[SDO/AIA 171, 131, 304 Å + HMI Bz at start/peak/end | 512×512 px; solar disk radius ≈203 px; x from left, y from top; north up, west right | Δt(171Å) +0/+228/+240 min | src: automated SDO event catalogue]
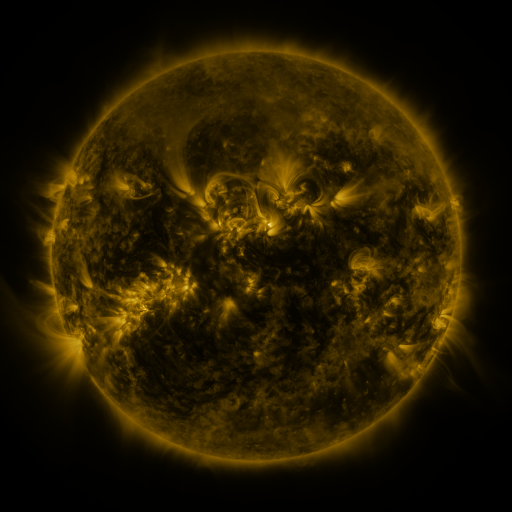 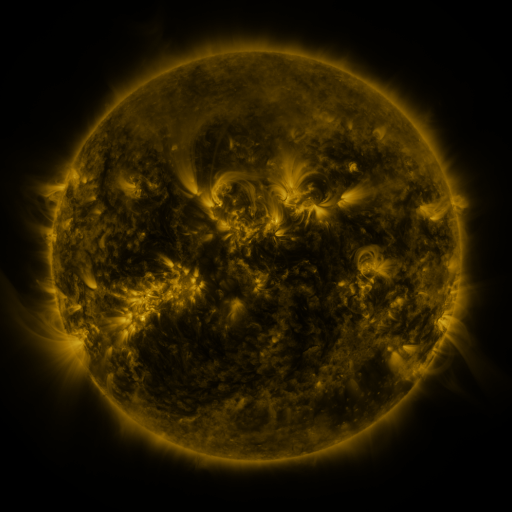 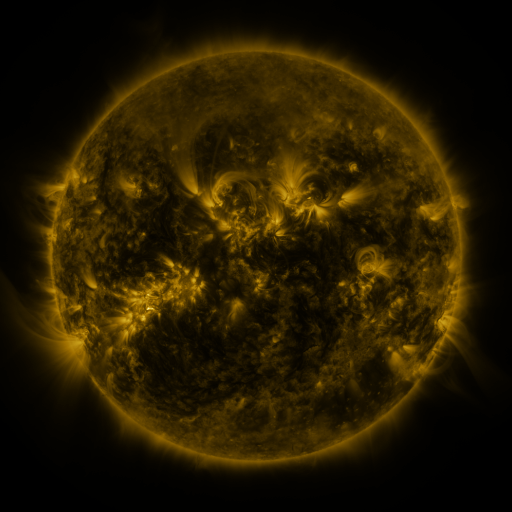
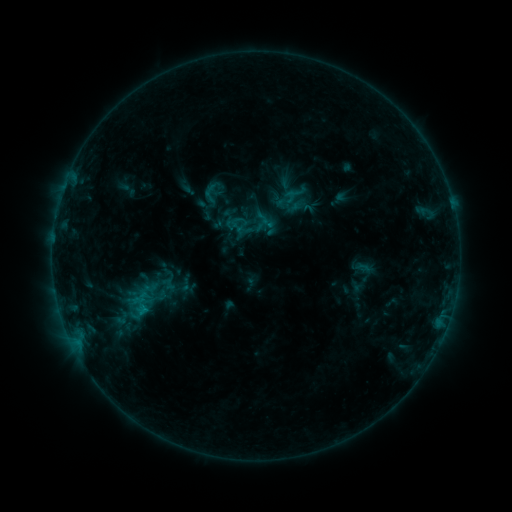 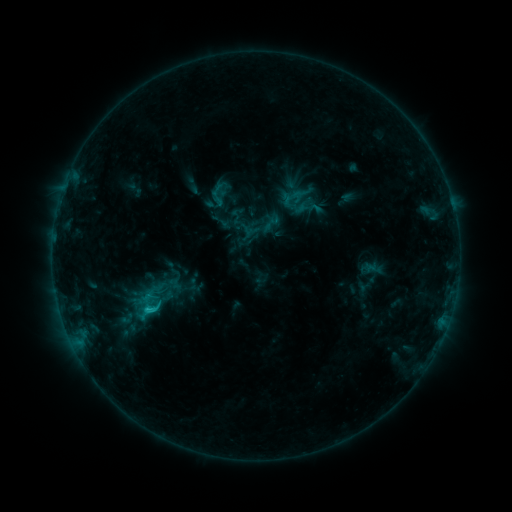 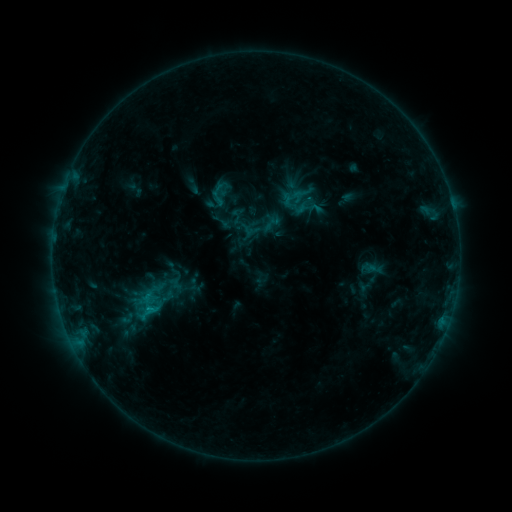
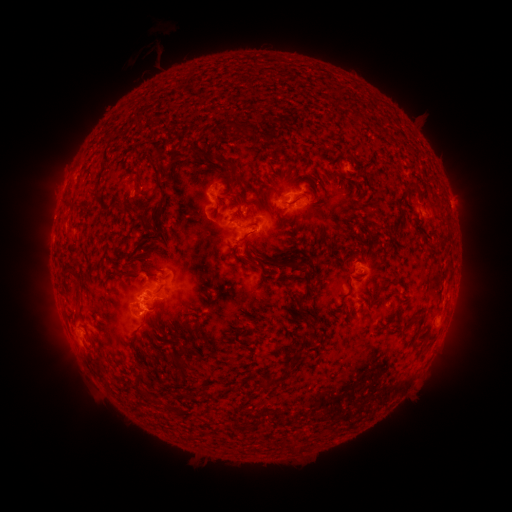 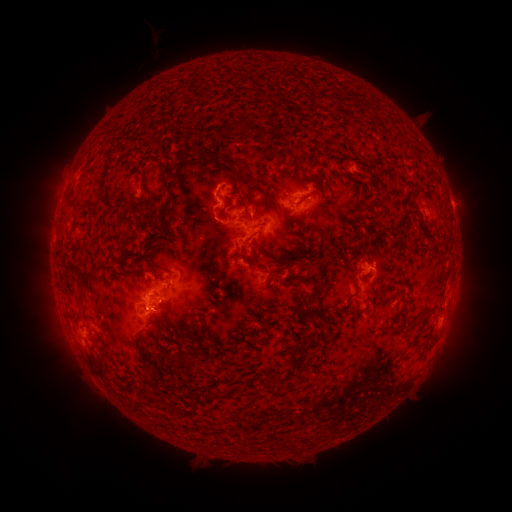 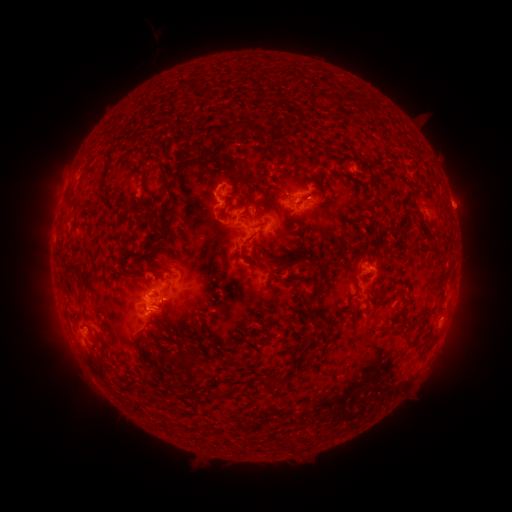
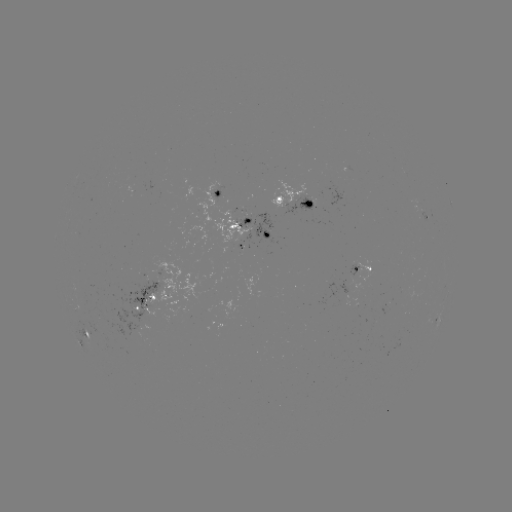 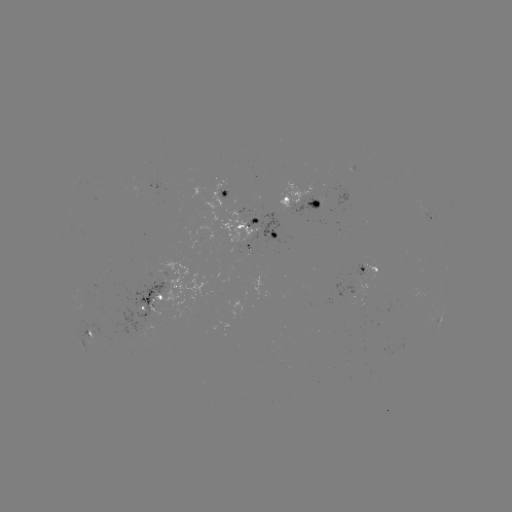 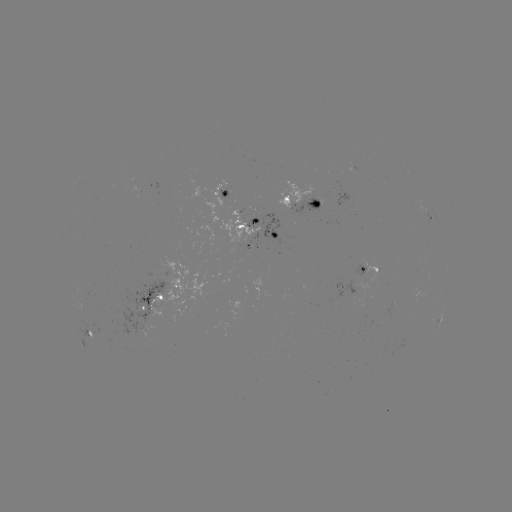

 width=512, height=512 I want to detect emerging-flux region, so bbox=[353, 260, 364, 275].